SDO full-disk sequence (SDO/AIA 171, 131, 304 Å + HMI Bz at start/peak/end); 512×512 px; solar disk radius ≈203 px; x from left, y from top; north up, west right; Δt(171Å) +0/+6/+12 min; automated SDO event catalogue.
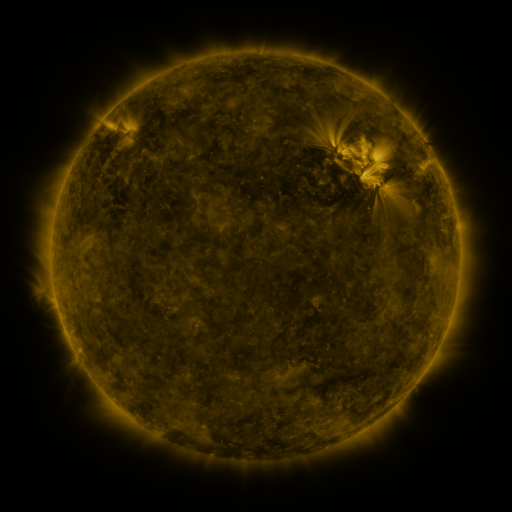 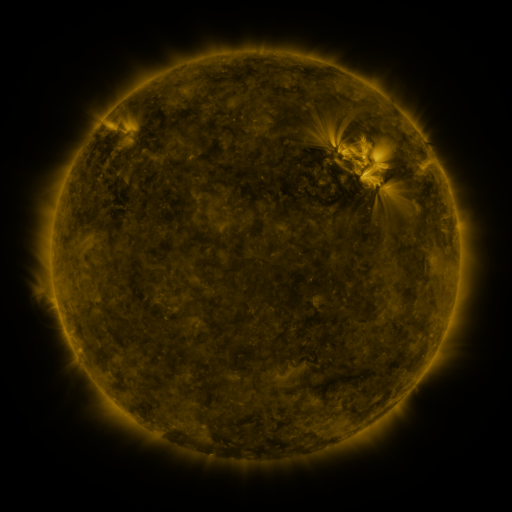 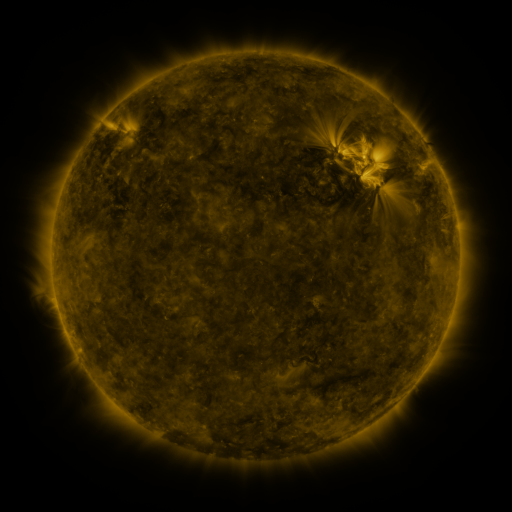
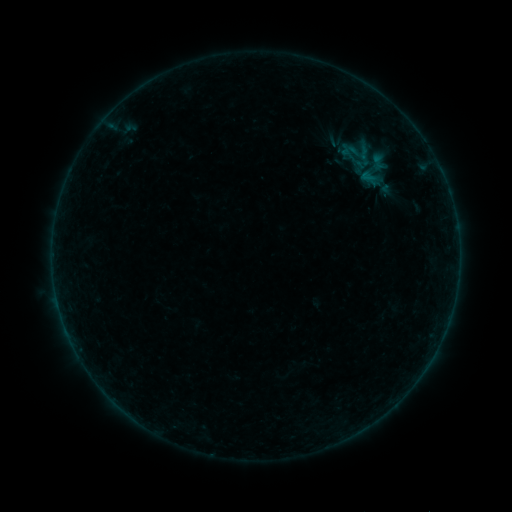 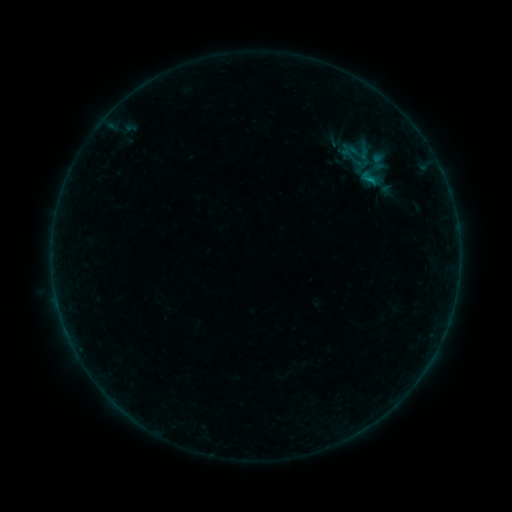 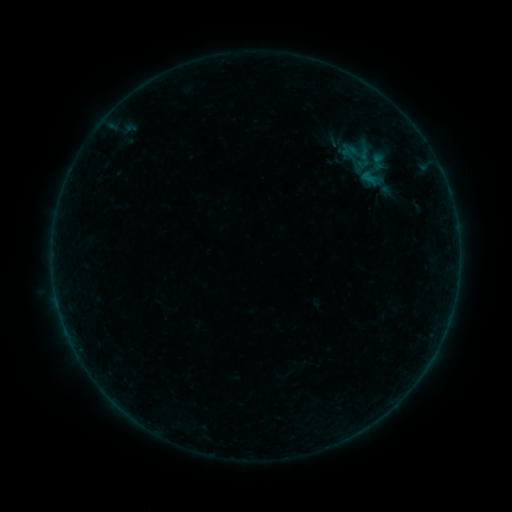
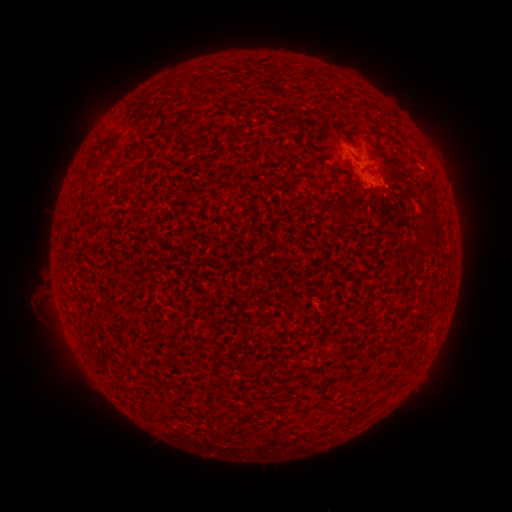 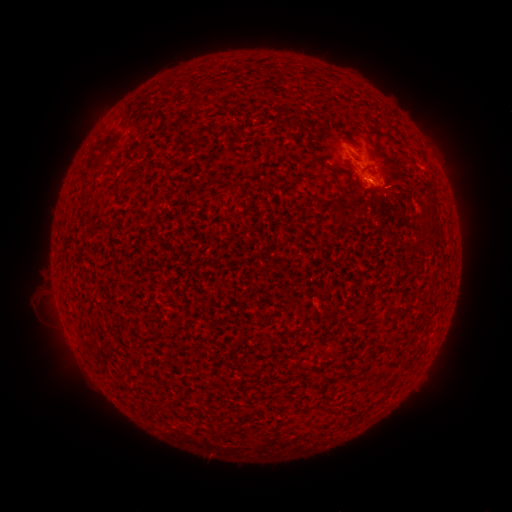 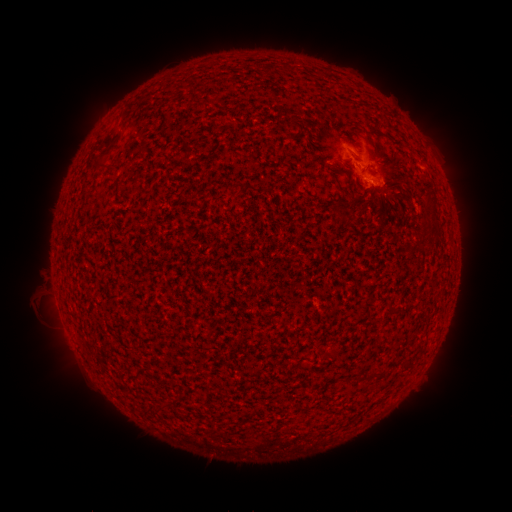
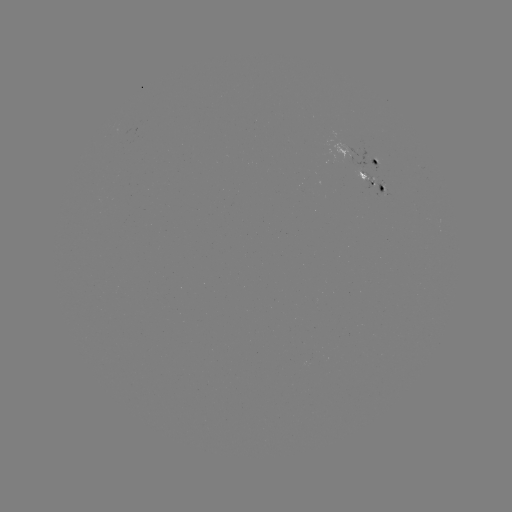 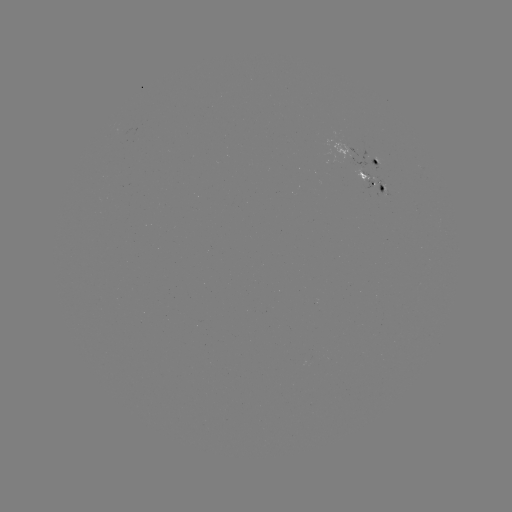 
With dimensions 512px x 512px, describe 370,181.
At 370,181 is B2.3 flare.